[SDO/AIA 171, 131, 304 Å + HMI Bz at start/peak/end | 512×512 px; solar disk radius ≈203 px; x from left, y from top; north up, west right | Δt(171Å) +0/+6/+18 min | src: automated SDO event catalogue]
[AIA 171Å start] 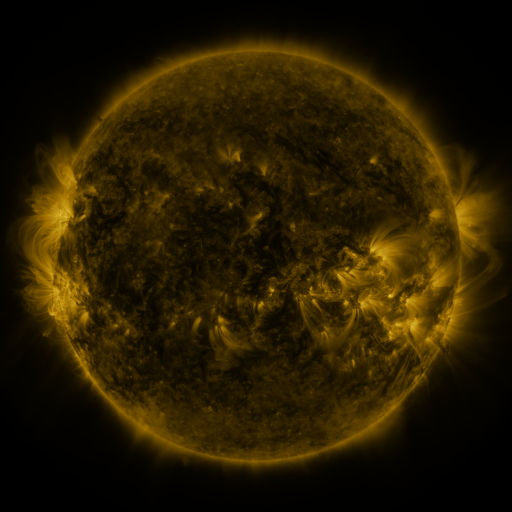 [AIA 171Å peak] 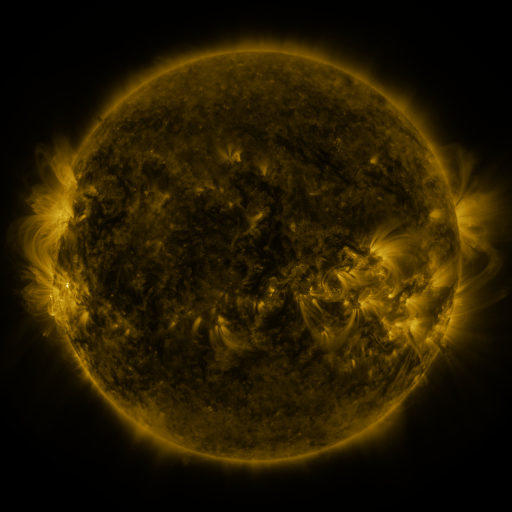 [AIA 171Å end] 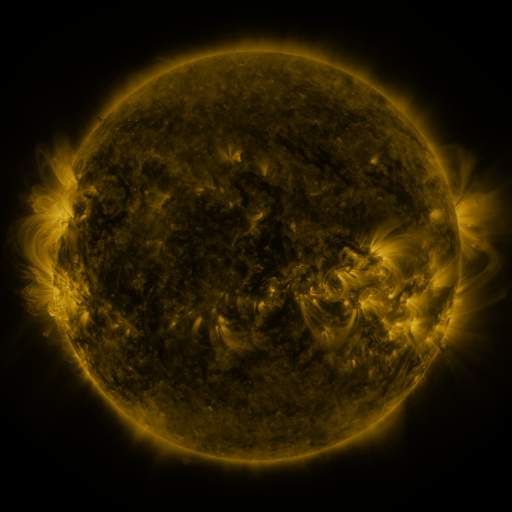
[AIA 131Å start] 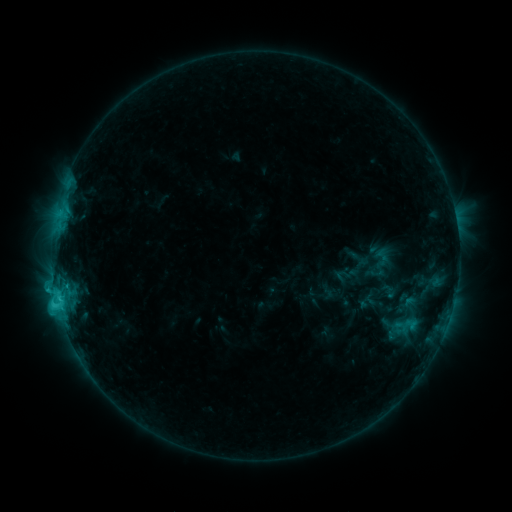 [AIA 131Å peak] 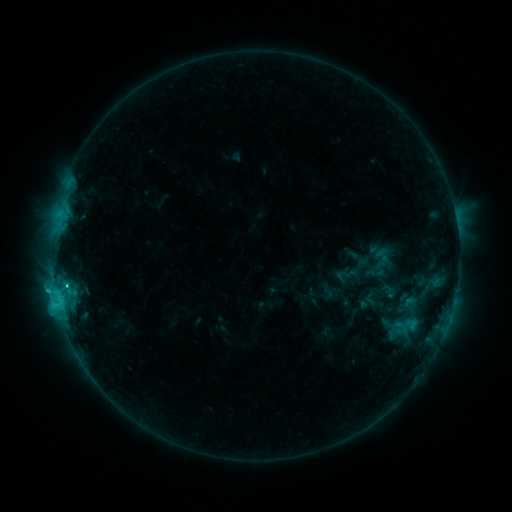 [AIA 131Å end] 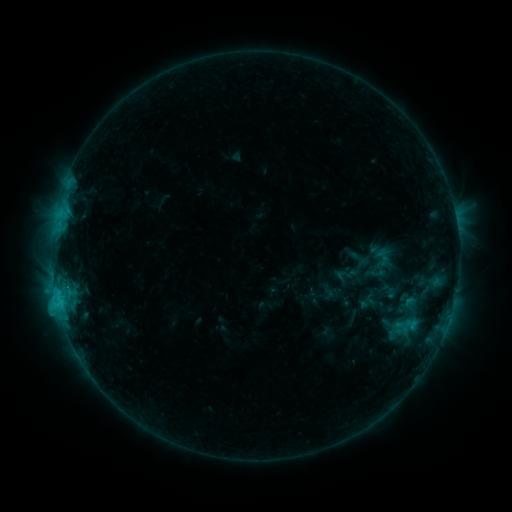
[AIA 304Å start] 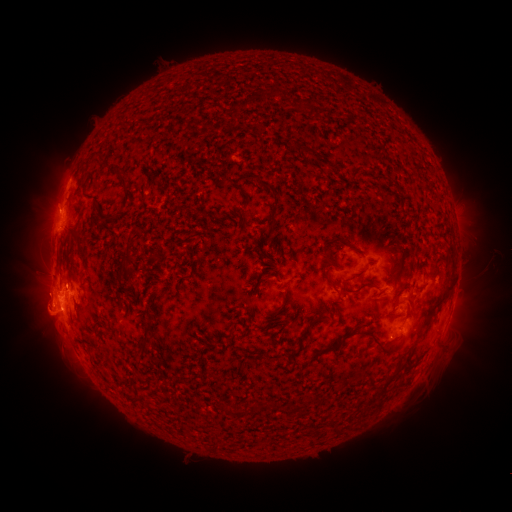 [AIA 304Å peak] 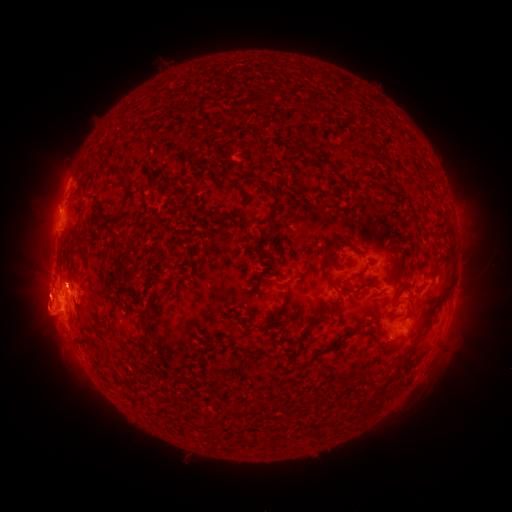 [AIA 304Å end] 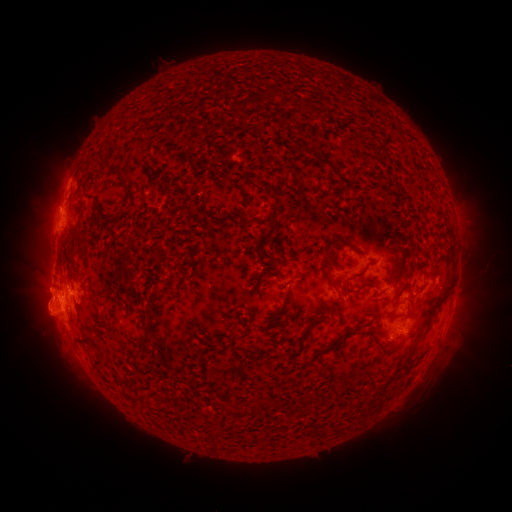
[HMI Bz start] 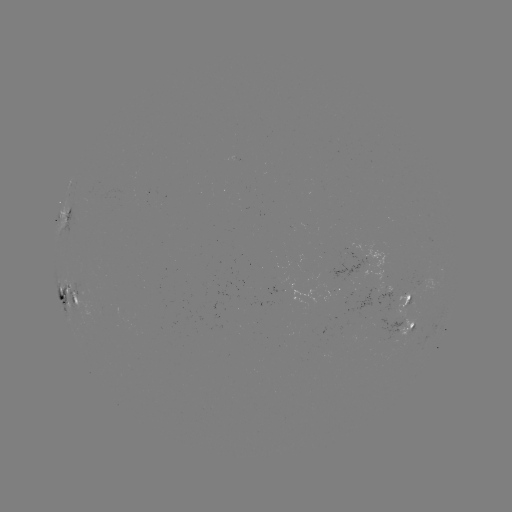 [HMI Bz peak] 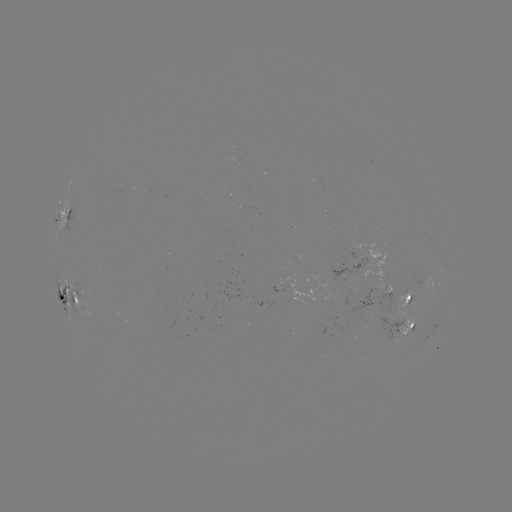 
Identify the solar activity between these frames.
eruption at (46, 296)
